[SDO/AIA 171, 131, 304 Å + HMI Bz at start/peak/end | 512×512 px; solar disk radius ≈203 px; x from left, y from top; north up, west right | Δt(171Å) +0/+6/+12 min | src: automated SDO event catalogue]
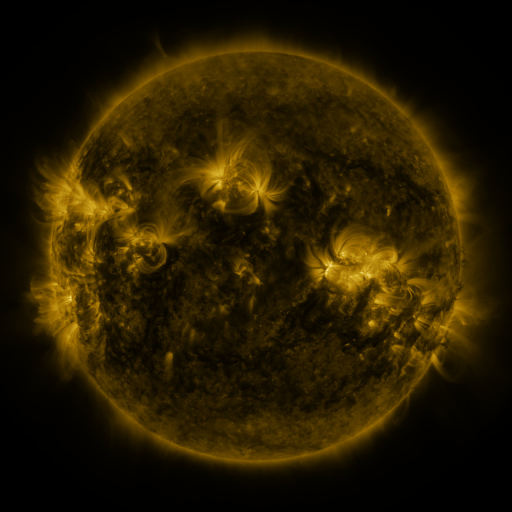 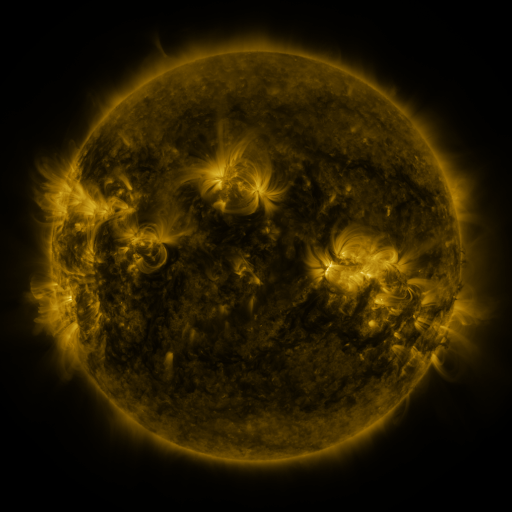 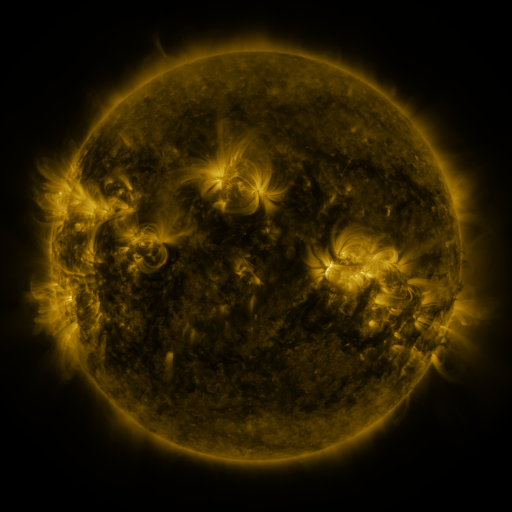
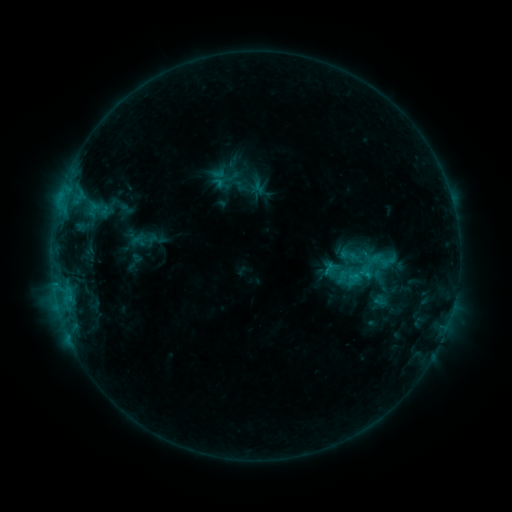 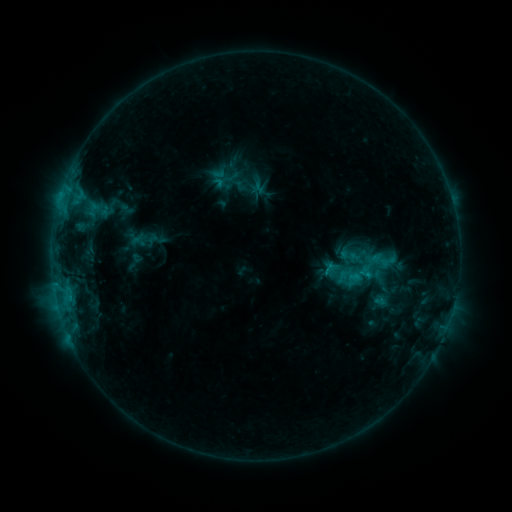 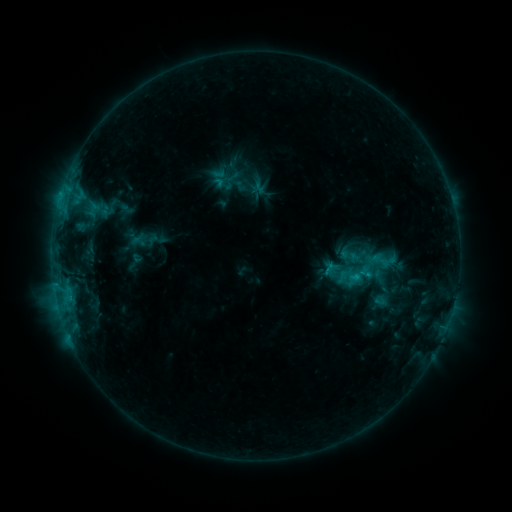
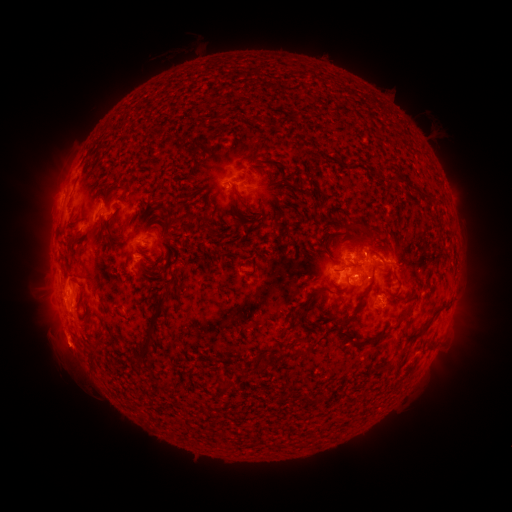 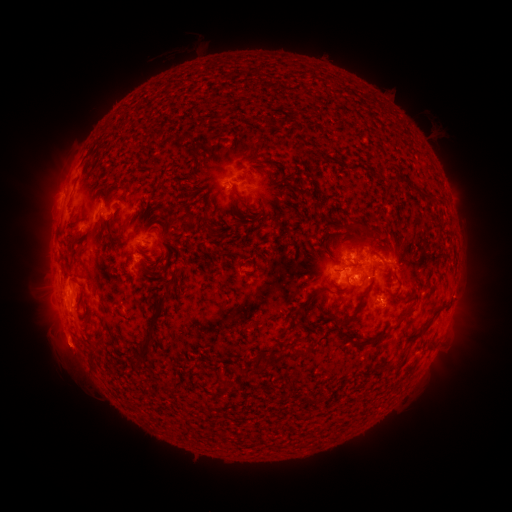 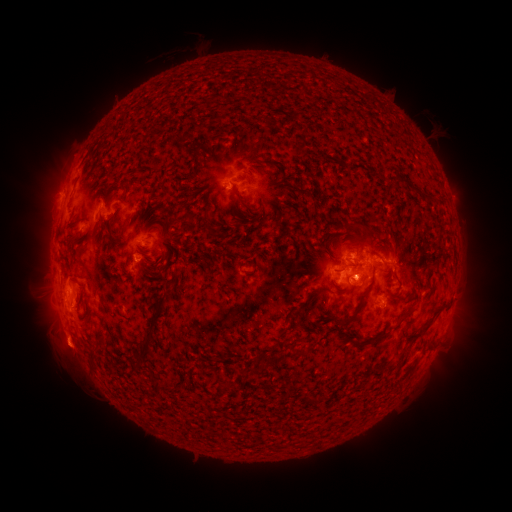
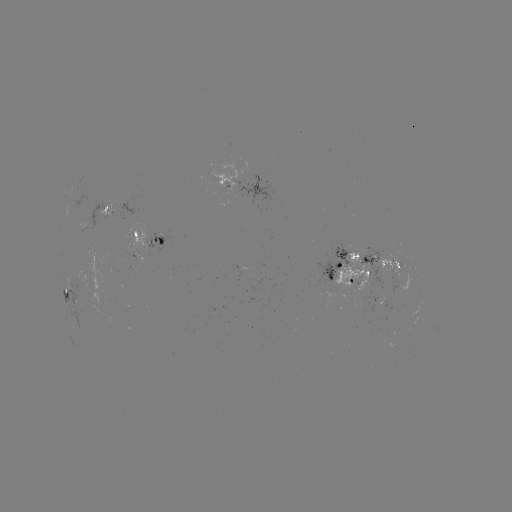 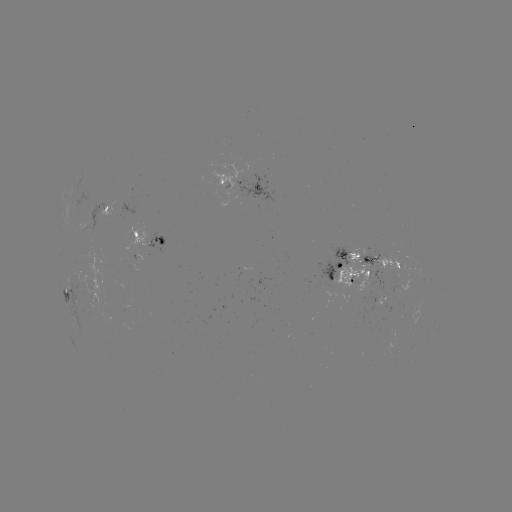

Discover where eruption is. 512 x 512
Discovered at [68, 353].